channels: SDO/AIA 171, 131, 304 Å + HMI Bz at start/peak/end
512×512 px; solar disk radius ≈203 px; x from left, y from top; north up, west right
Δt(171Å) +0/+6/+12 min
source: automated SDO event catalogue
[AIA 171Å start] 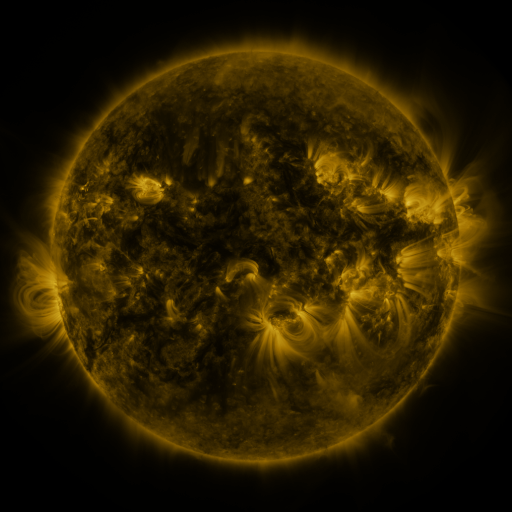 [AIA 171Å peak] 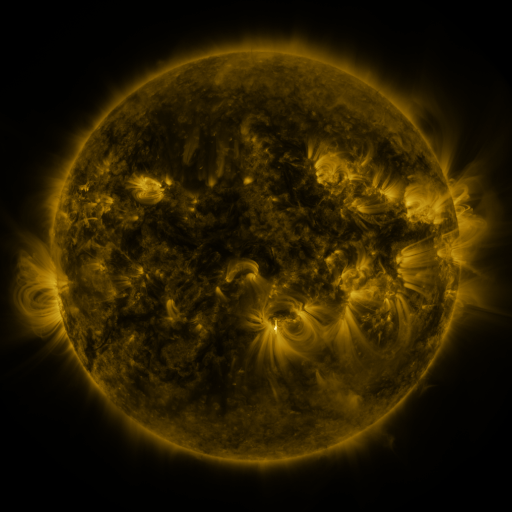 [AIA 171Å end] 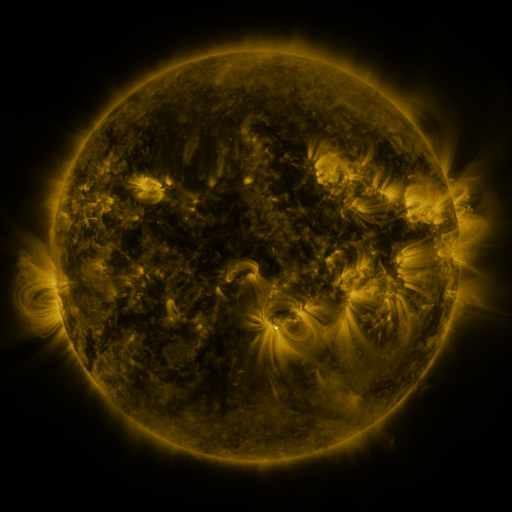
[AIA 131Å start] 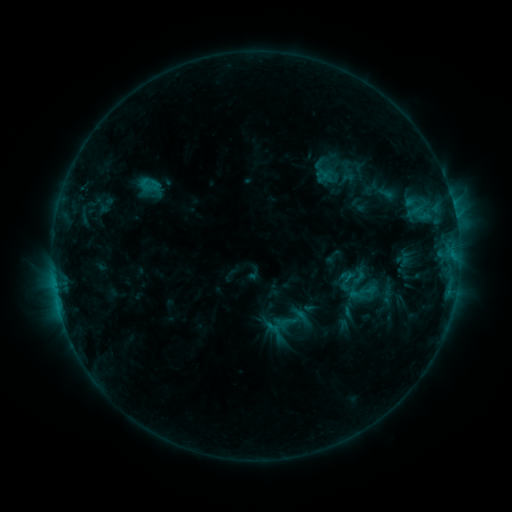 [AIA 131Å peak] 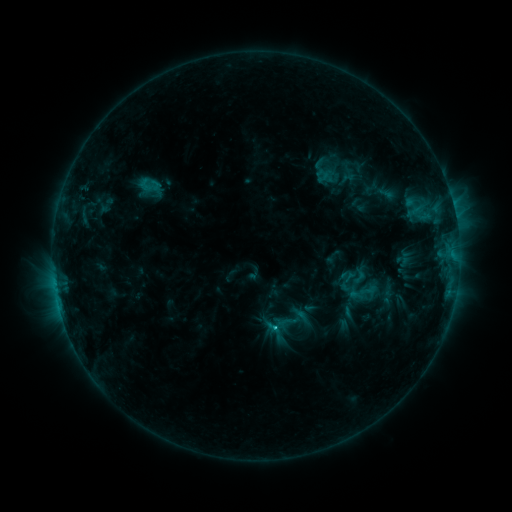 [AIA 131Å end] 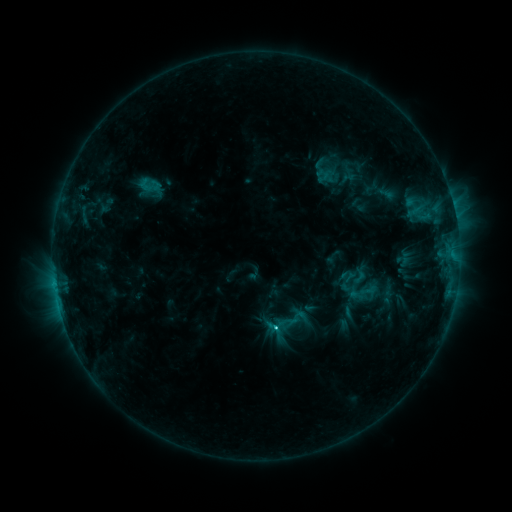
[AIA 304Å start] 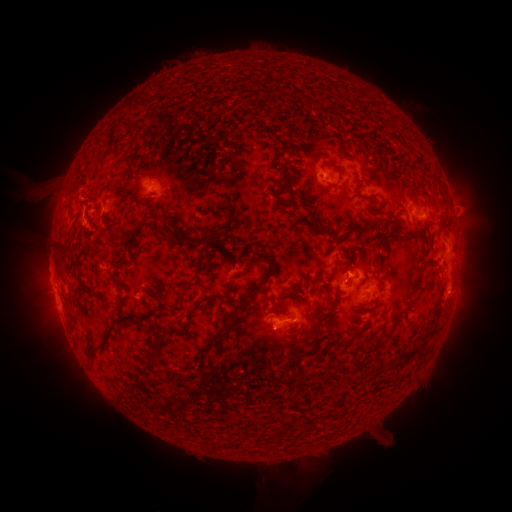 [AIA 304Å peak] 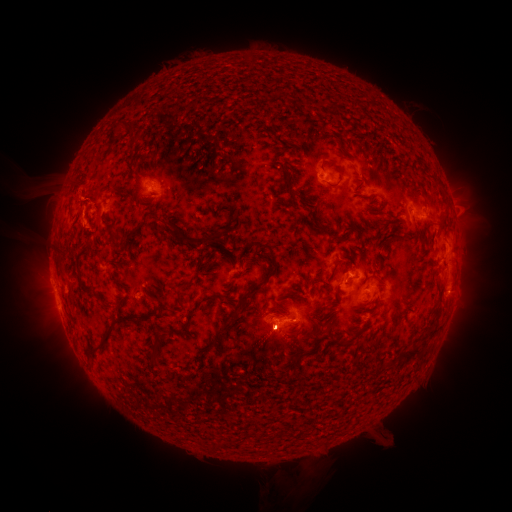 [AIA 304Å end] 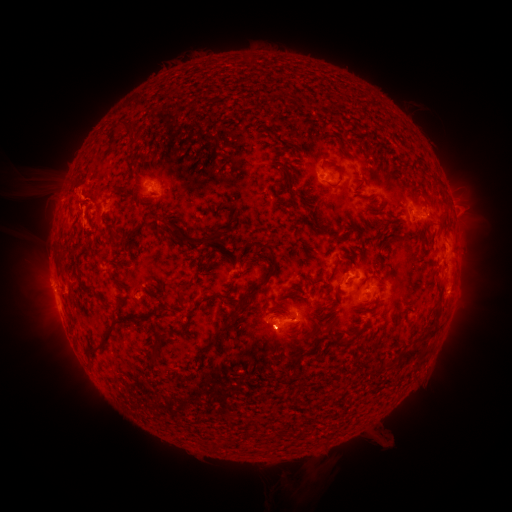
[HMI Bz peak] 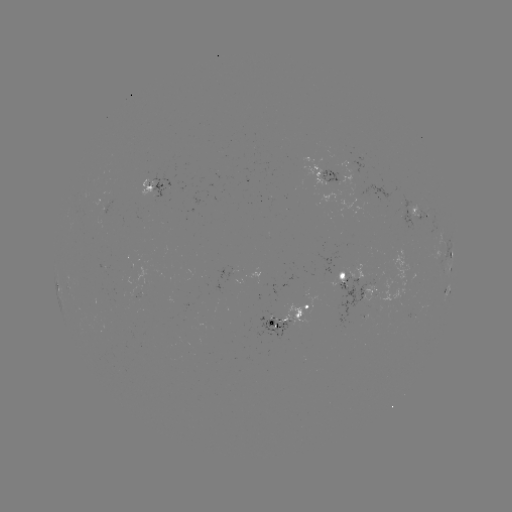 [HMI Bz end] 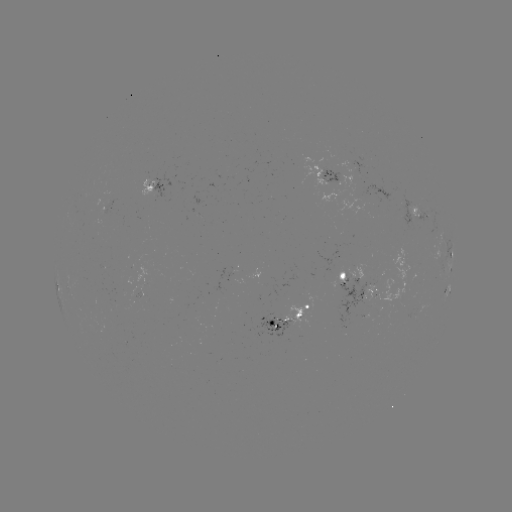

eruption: (240, 294, 319, 372)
